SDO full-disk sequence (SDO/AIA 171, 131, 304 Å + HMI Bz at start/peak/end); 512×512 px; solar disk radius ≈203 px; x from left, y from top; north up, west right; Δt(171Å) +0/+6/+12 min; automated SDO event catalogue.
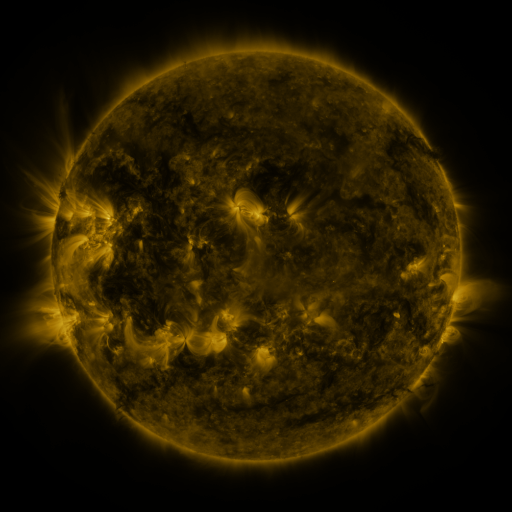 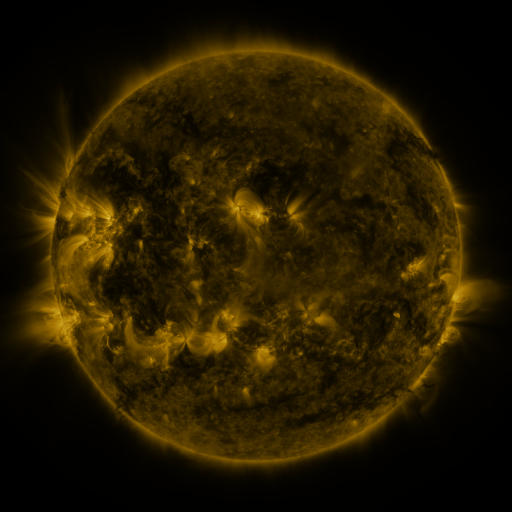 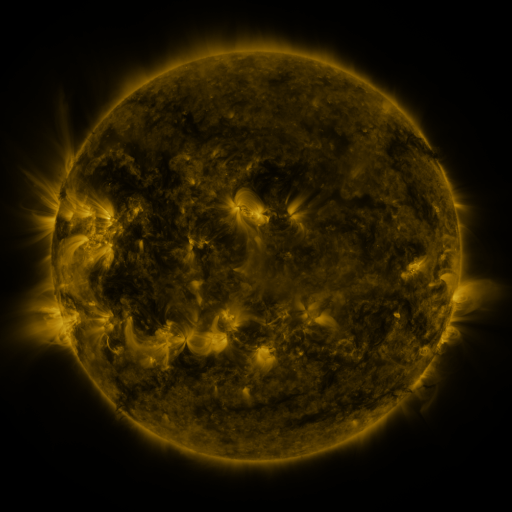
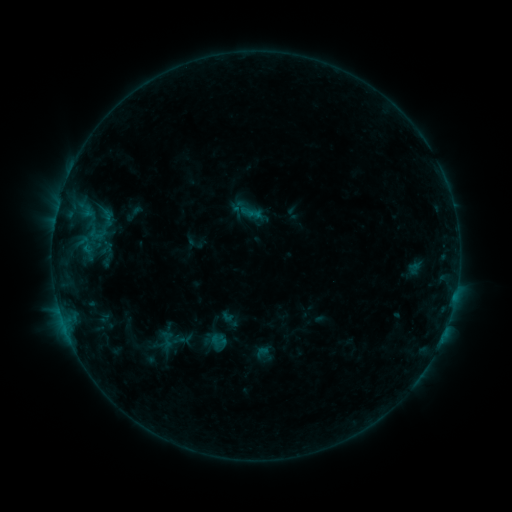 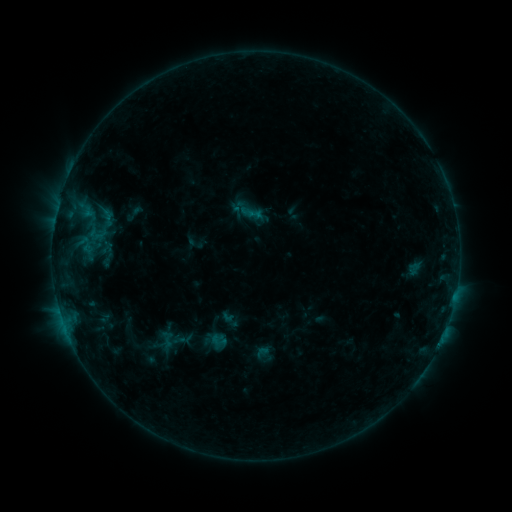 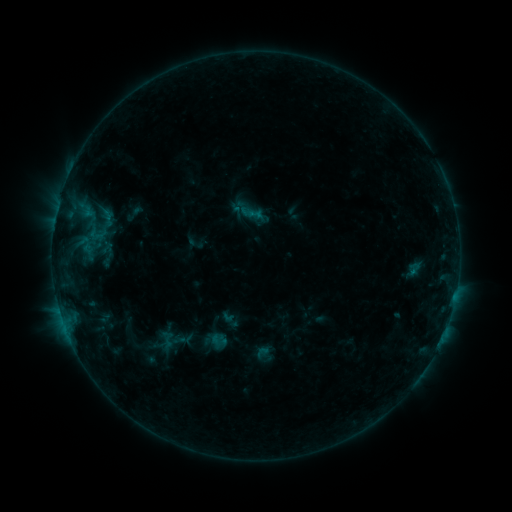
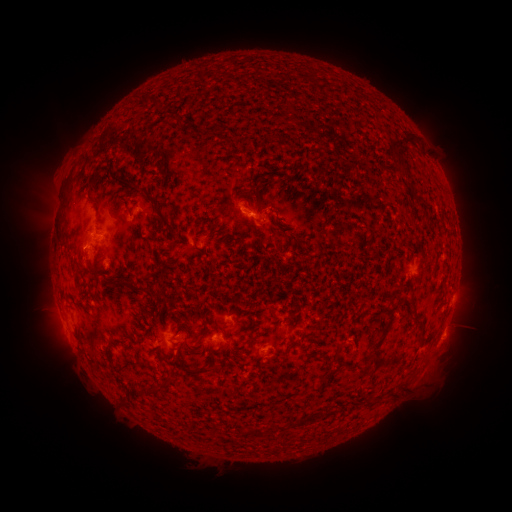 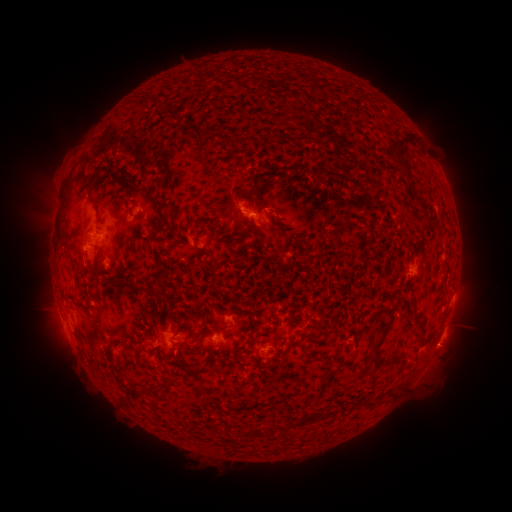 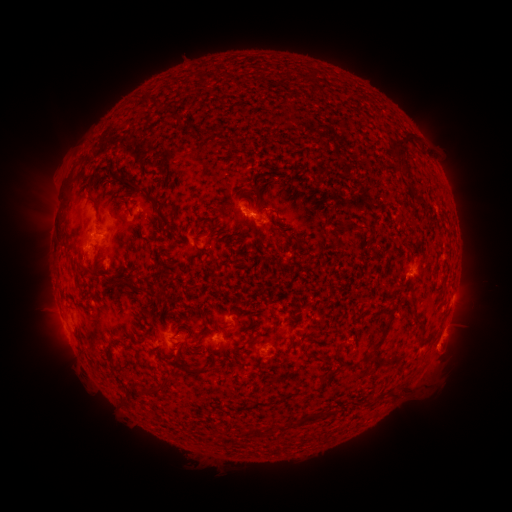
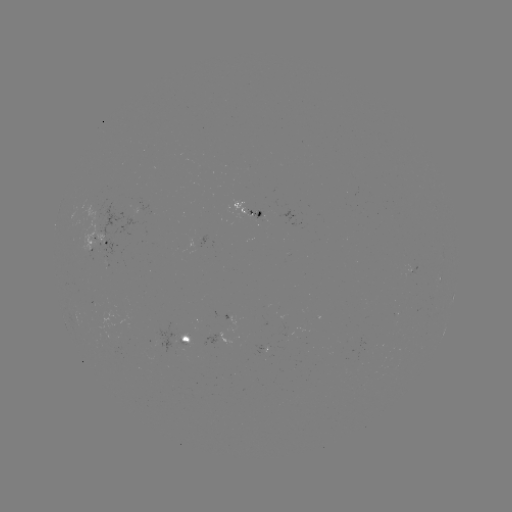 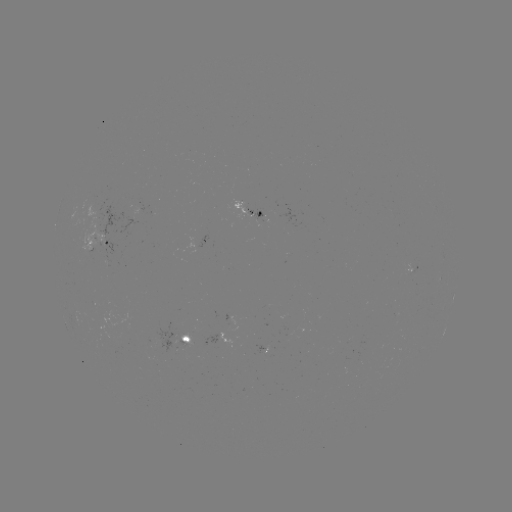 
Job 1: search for eruption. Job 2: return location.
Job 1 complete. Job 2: (444, 355).